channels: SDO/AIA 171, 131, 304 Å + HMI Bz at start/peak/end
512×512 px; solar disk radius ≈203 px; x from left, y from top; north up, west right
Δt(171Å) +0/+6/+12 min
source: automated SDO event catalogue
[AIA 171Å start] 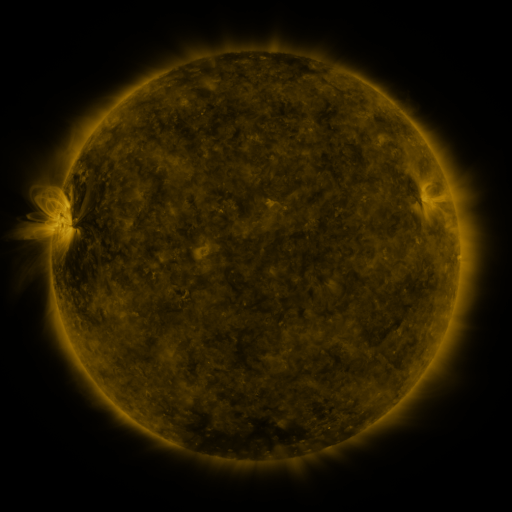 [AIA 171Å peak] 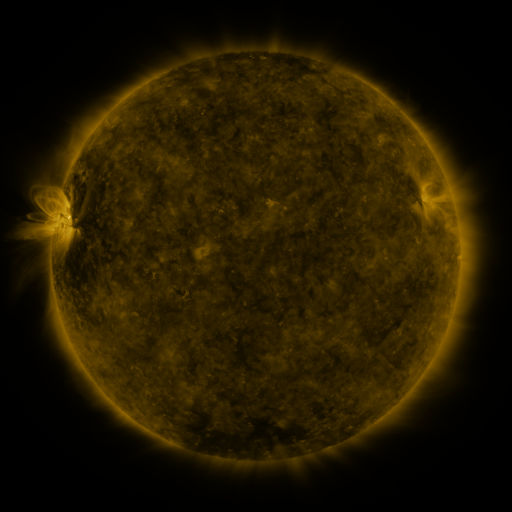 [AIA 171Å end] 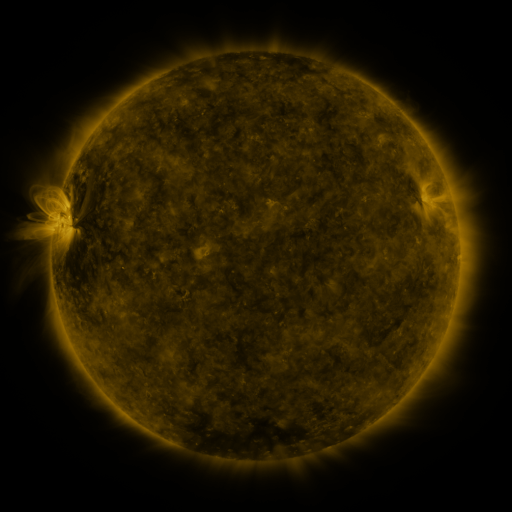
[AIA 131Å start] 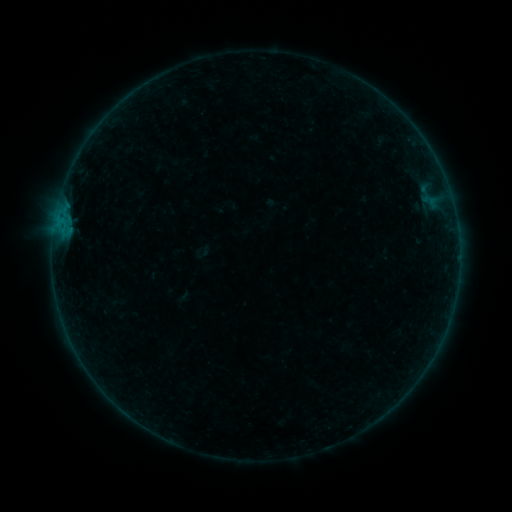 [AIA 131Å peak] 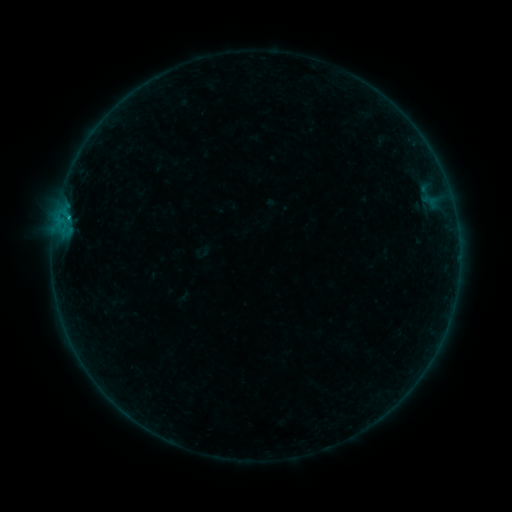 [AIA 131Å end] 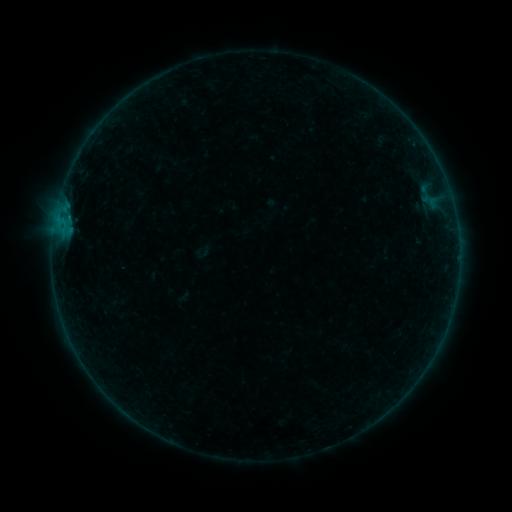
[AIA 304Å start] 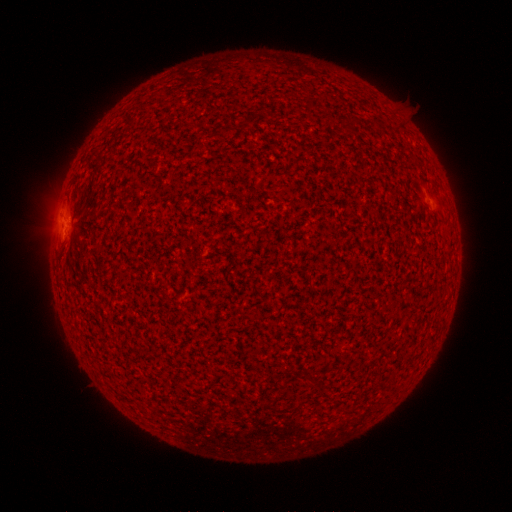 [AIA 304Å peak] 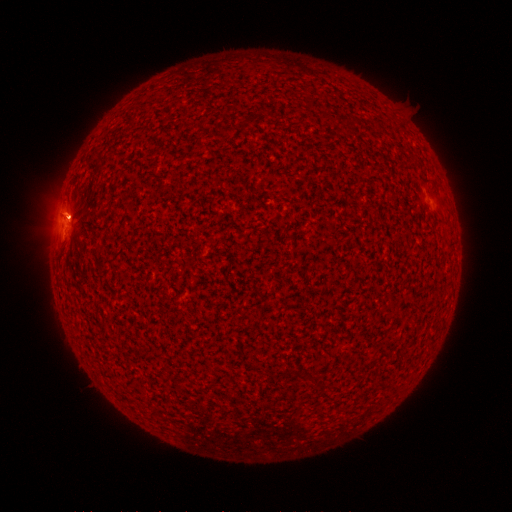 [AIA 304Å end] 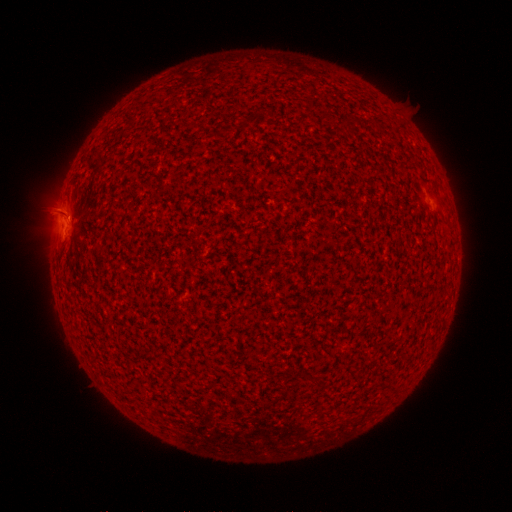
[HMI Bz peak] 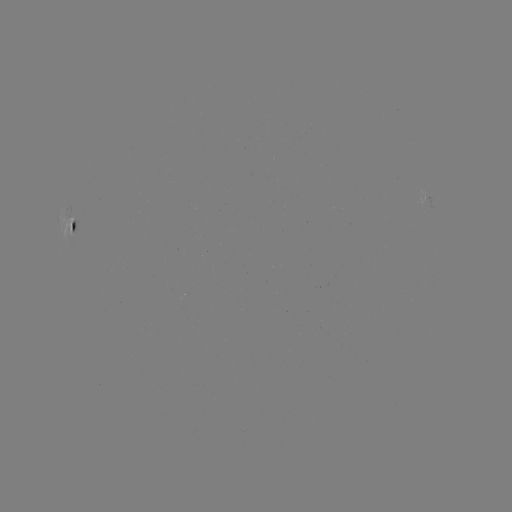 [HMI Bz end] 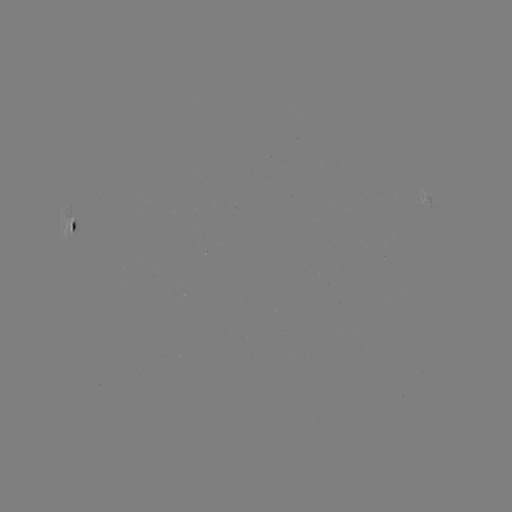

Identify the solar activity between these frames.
B2.6 flare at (69, 219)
